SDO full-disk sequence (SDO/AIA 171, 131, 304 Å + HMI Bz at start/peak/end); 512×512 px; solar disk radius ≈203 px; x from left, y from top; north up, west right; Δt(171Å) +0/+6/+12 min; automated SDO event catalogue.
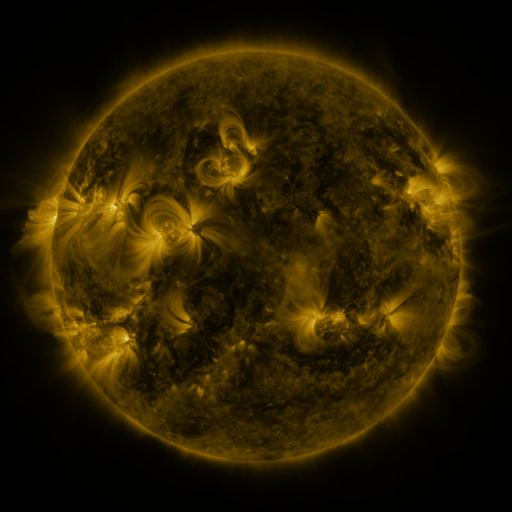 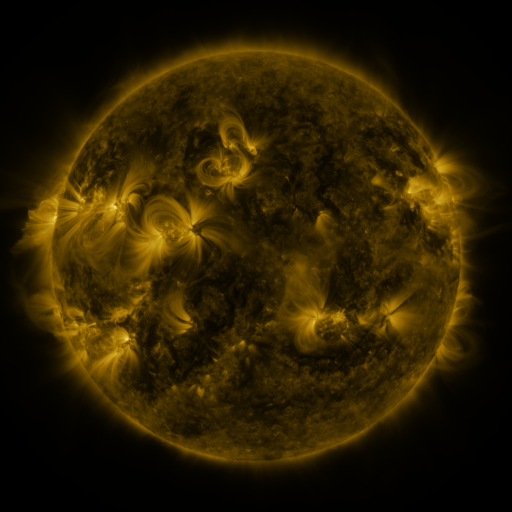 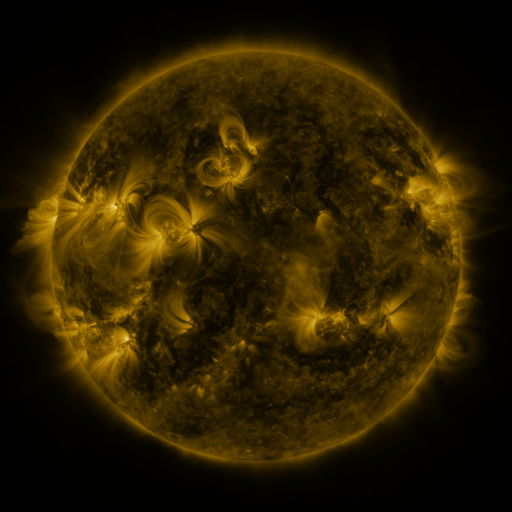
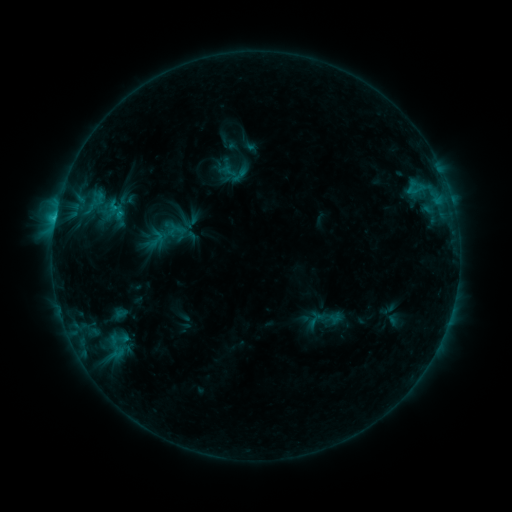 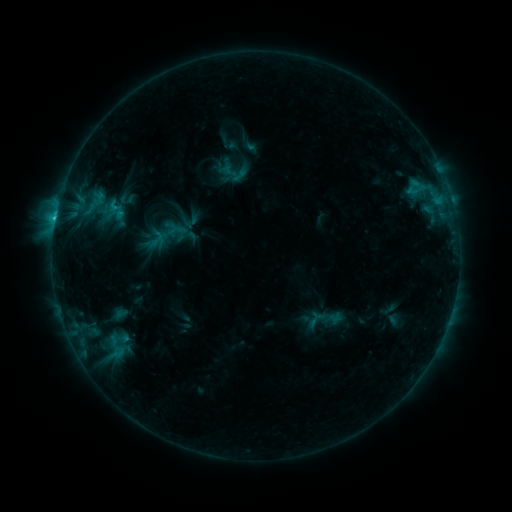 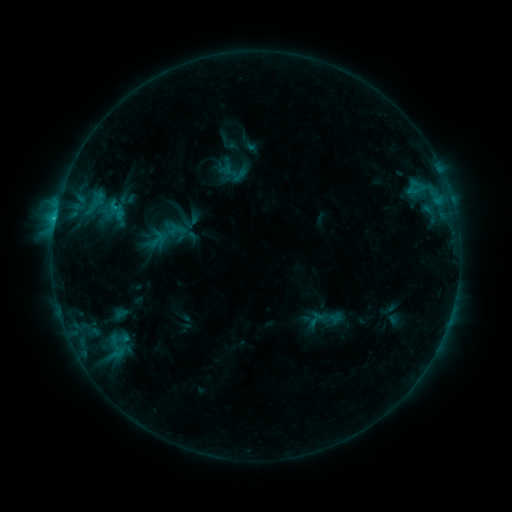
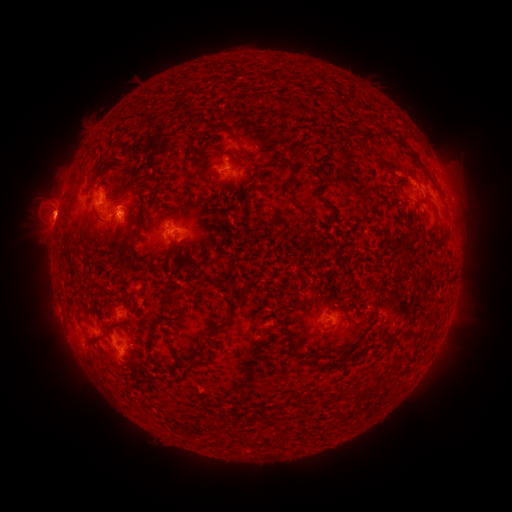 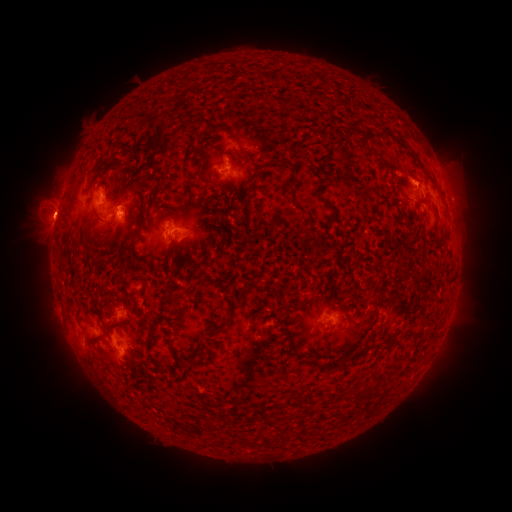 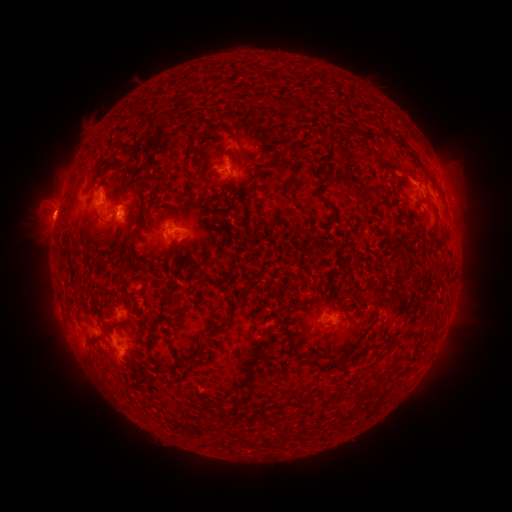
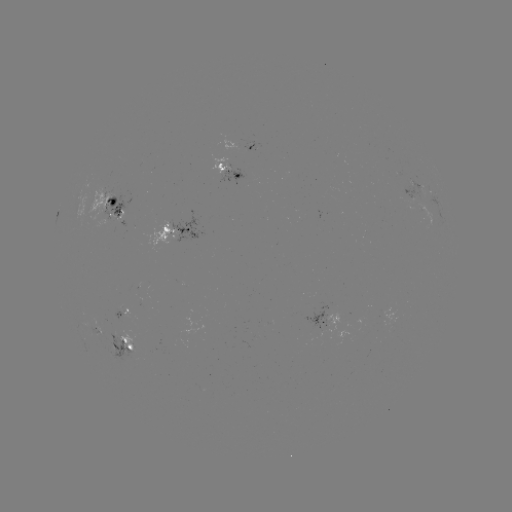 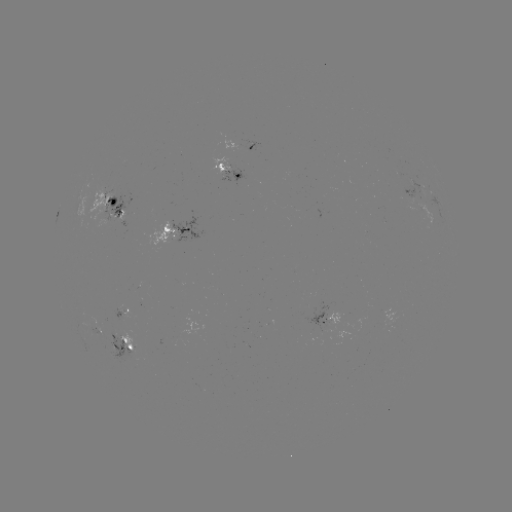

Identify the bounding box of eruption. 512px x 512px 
[20, 184, 82, 238].